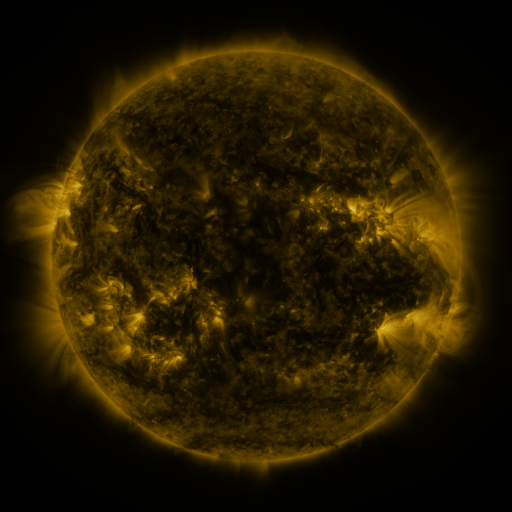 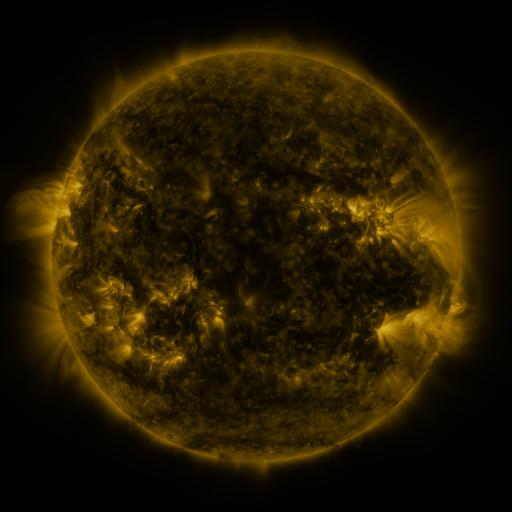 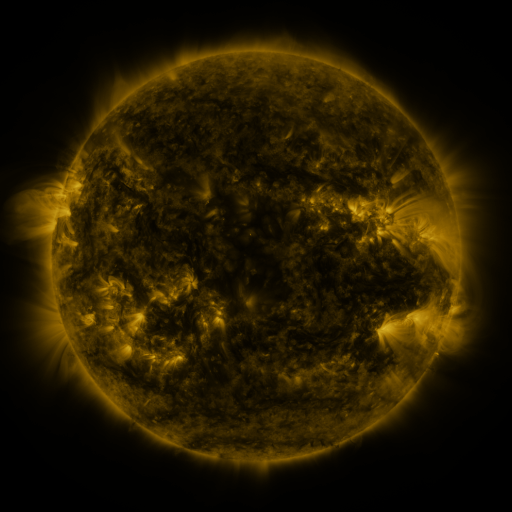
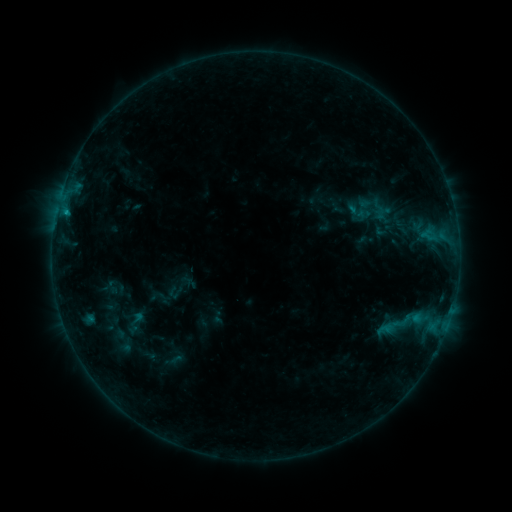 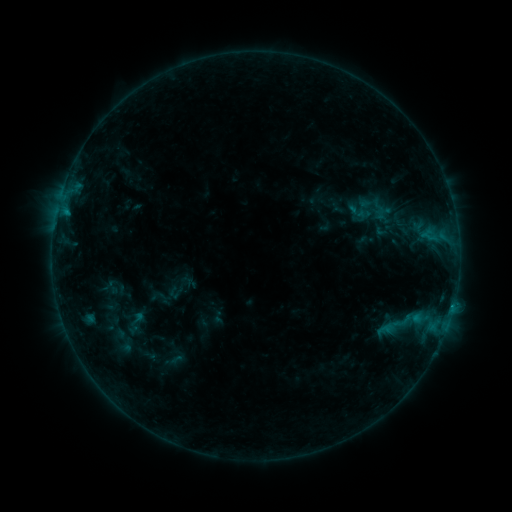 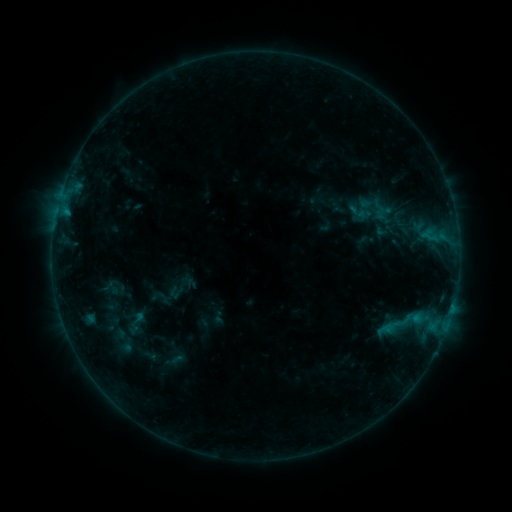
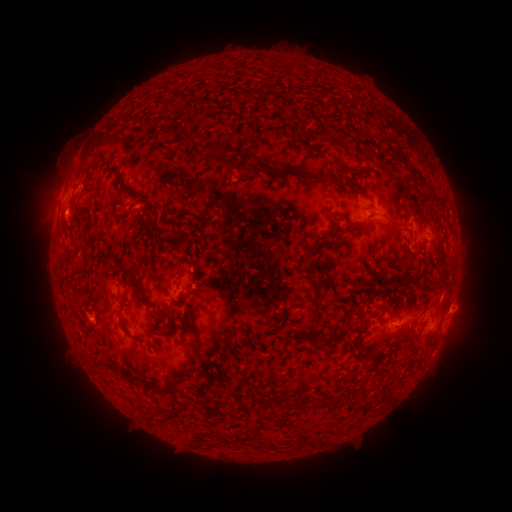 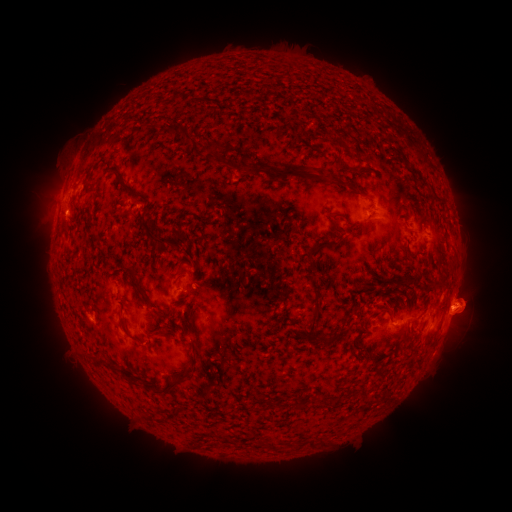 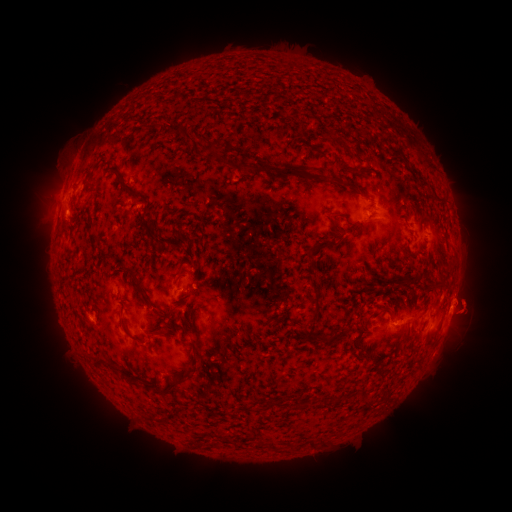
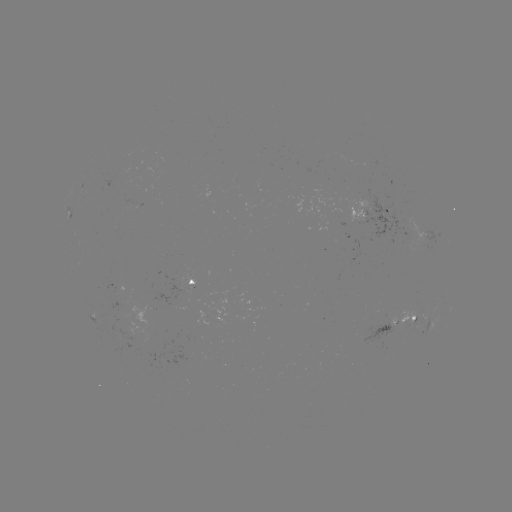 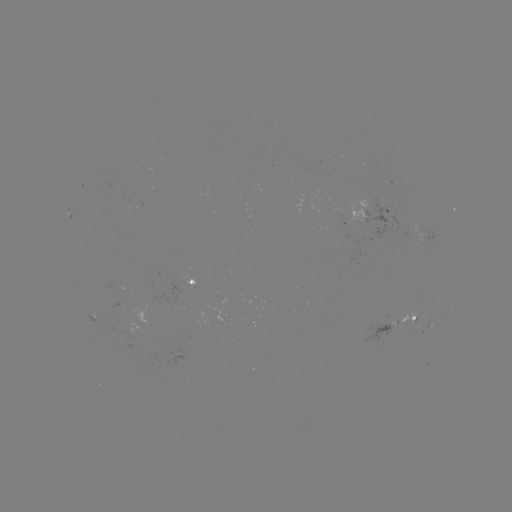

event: eruption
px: (474, 307)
